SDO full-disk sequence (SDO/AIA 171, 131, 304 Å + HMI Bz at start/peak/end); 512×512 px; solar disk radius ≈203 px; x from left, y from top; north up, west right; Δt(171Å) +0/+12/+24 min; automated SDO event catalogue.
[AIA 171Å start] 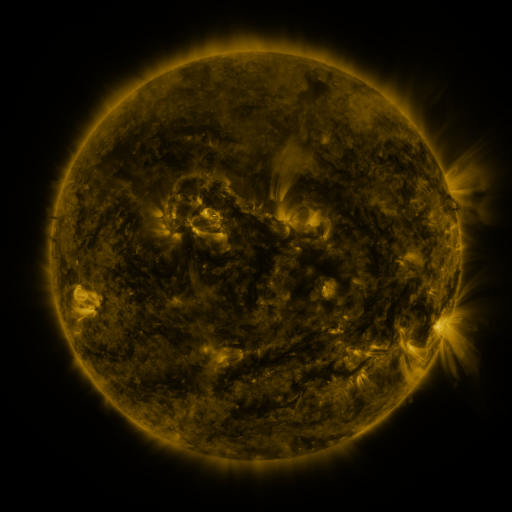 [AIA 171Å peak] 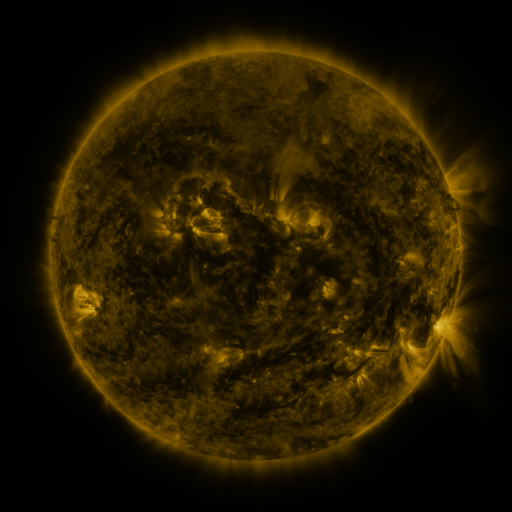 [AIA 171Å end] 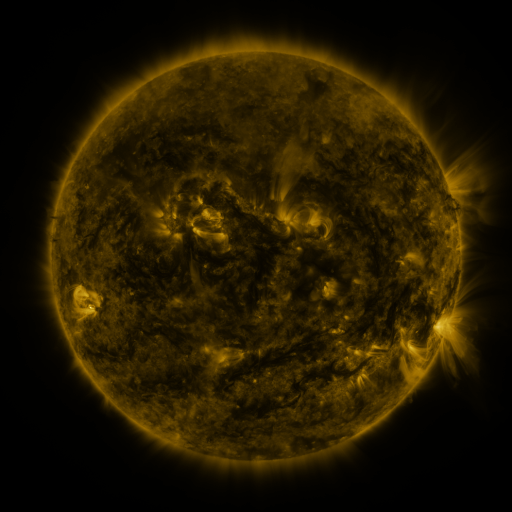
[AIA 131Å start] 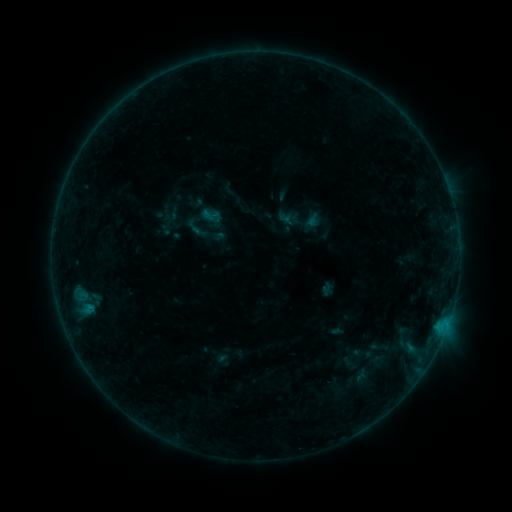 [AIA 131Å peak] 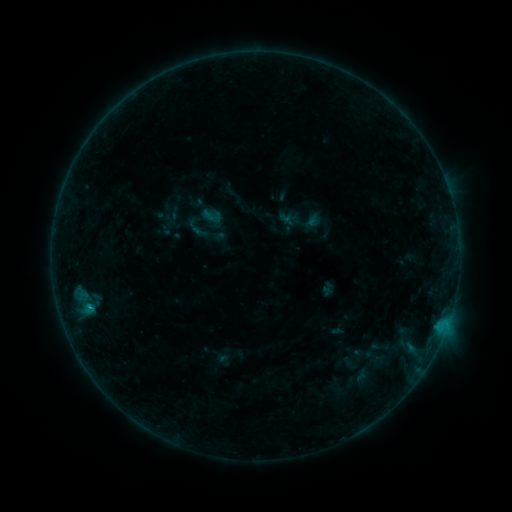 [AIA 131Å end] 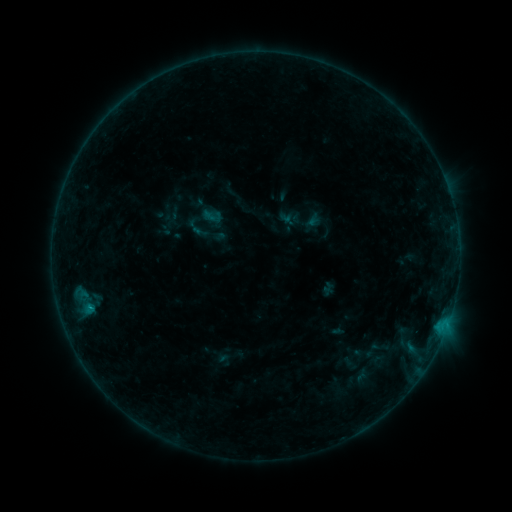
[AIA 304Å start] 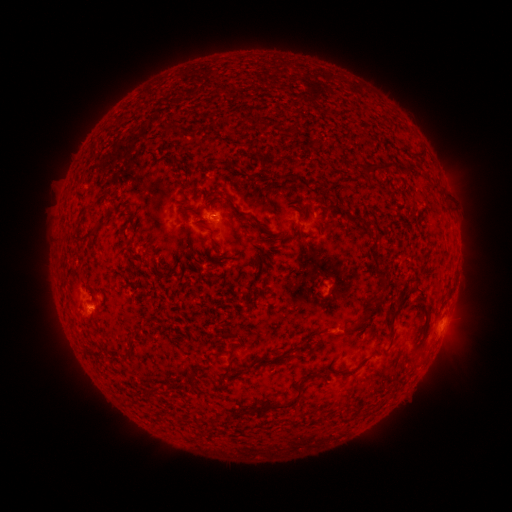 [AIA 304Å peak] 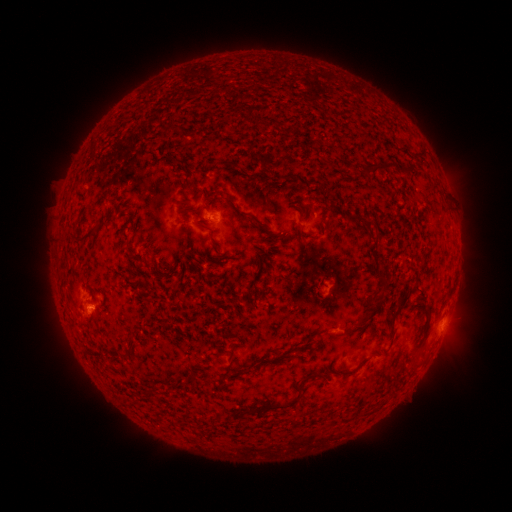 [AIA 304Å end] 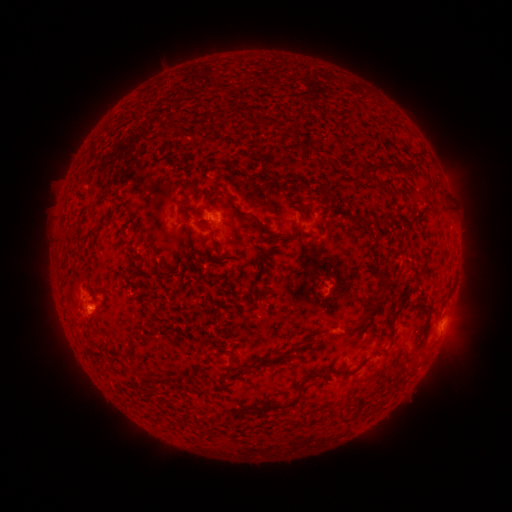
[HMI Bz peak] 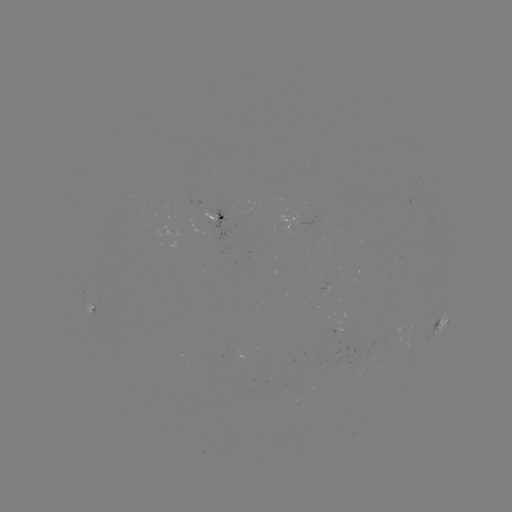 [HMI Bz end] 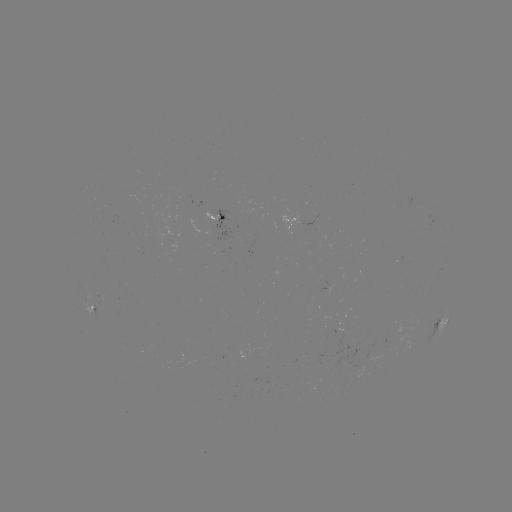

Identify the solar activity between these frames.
B4.3 flare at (89, 303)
